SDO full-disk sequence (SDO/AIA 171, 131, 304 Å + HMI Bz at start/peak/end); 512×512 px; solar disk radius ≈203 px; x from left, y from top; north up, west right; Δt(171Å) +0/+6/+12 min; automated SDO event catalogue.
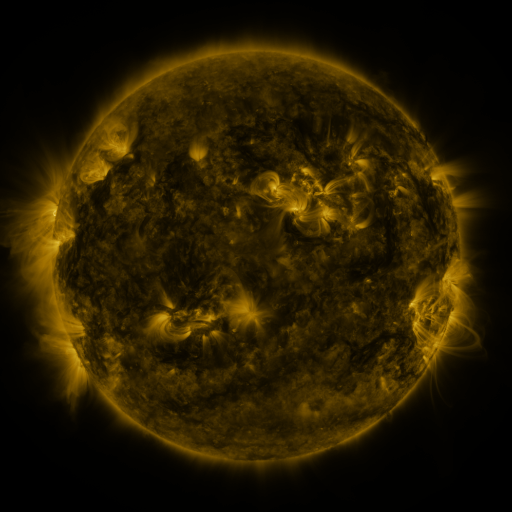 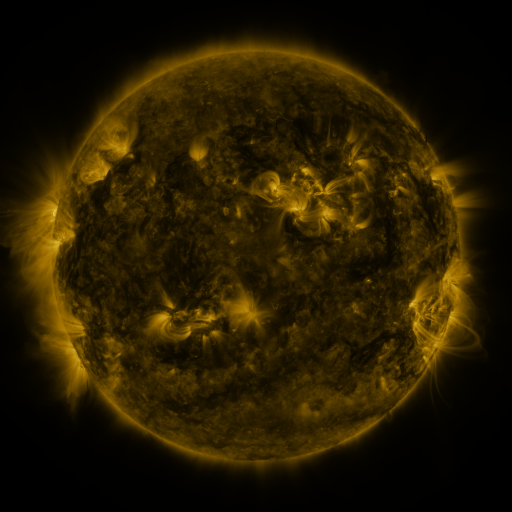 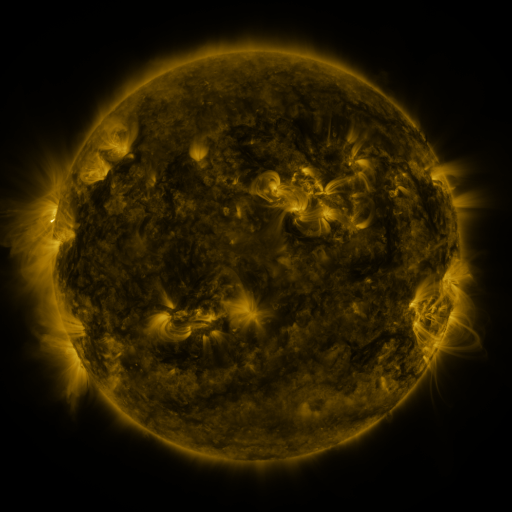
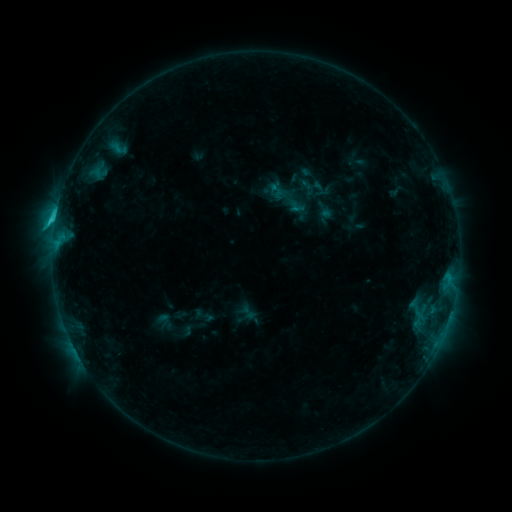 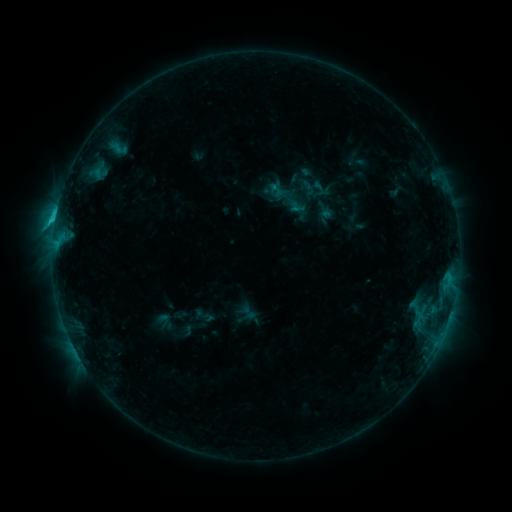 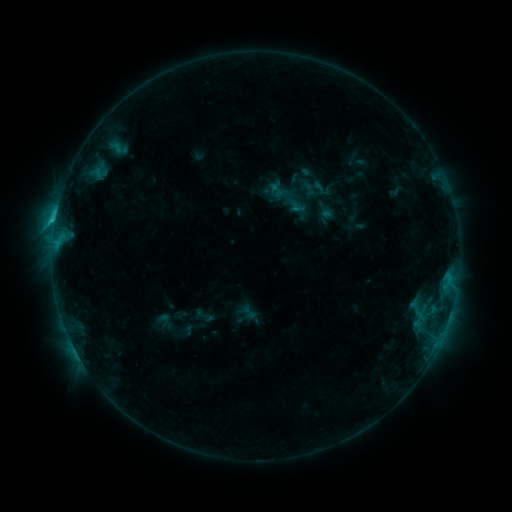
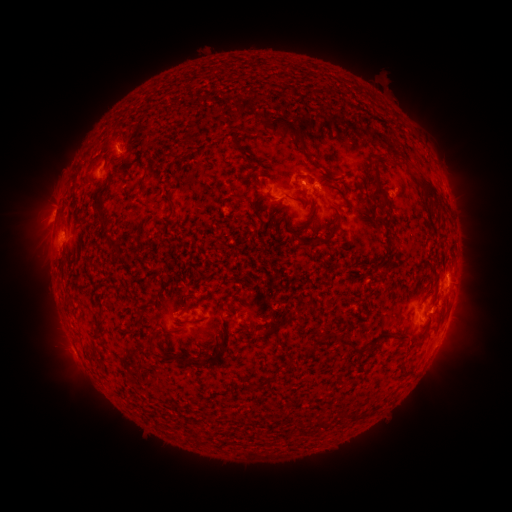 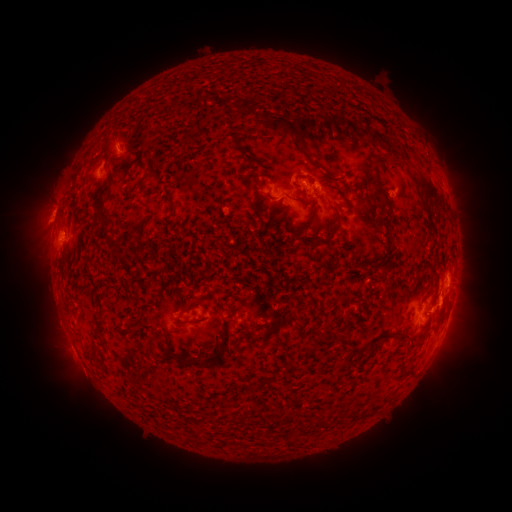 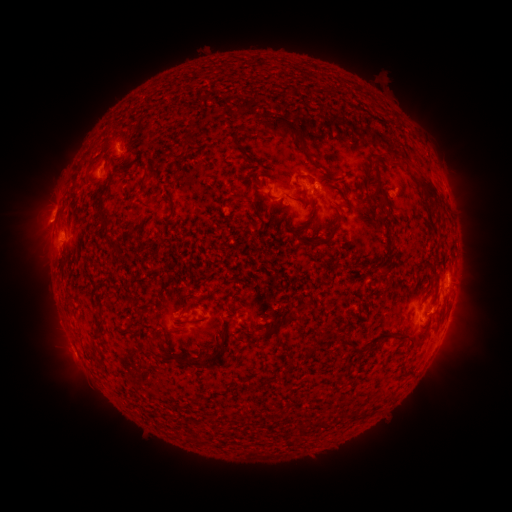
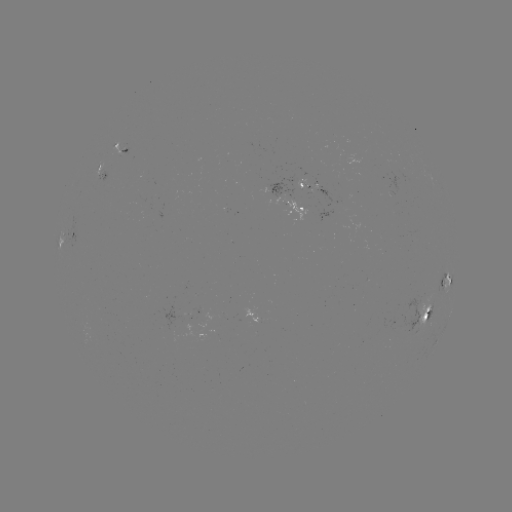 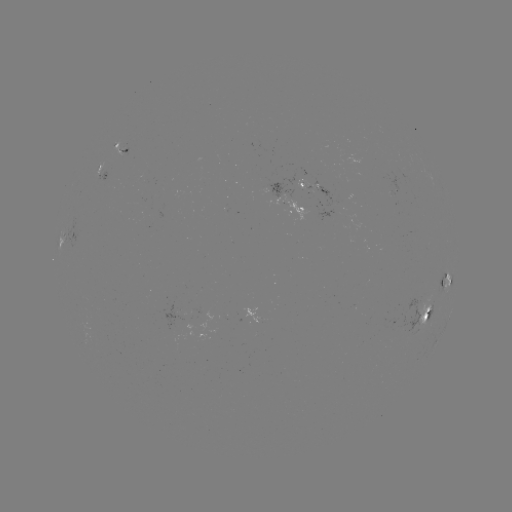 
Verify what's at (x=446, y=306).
eruption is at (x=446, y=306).